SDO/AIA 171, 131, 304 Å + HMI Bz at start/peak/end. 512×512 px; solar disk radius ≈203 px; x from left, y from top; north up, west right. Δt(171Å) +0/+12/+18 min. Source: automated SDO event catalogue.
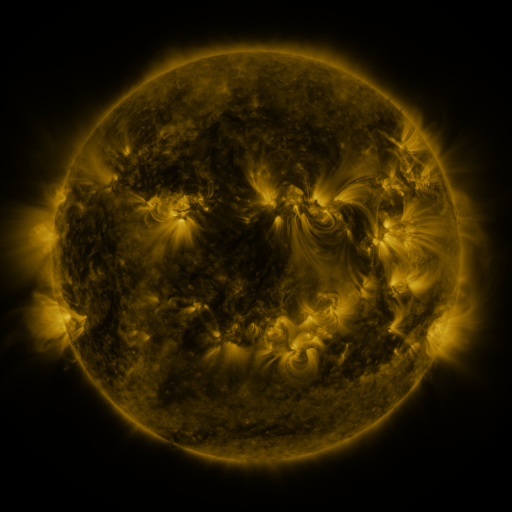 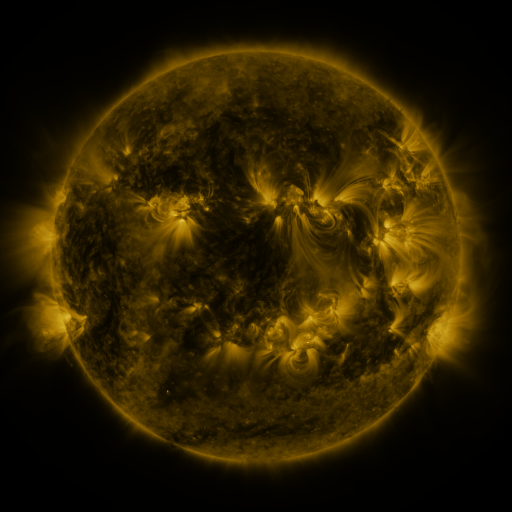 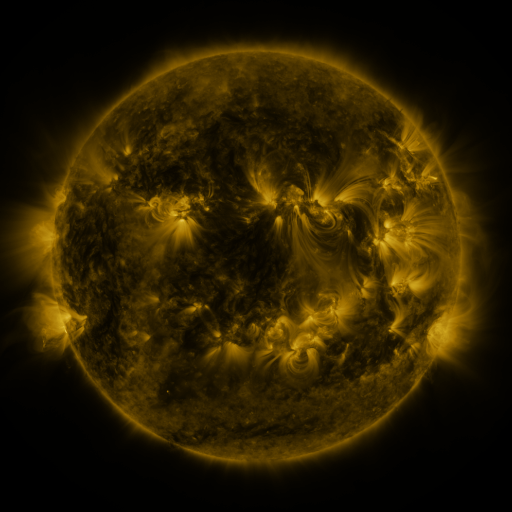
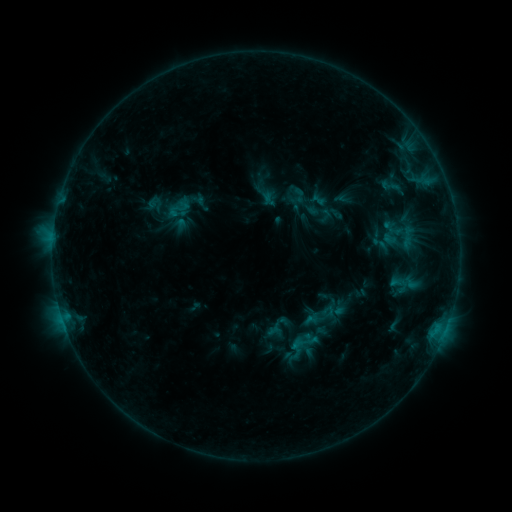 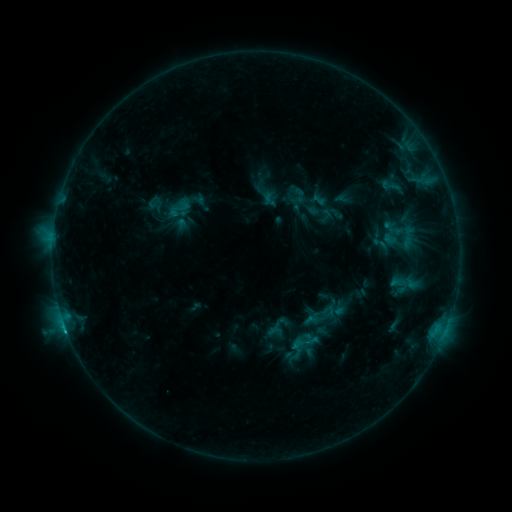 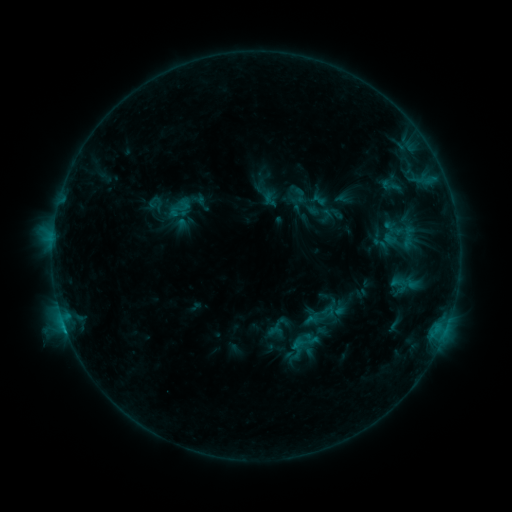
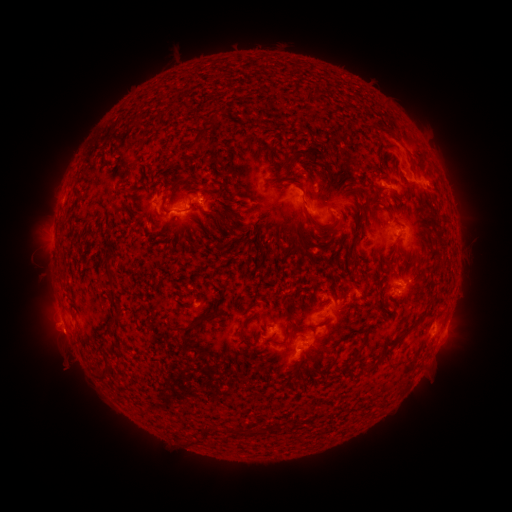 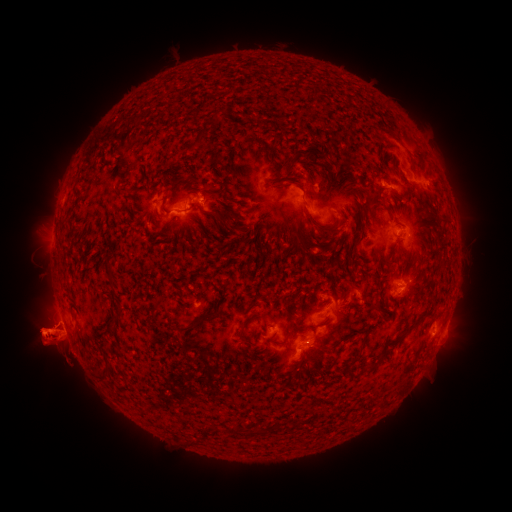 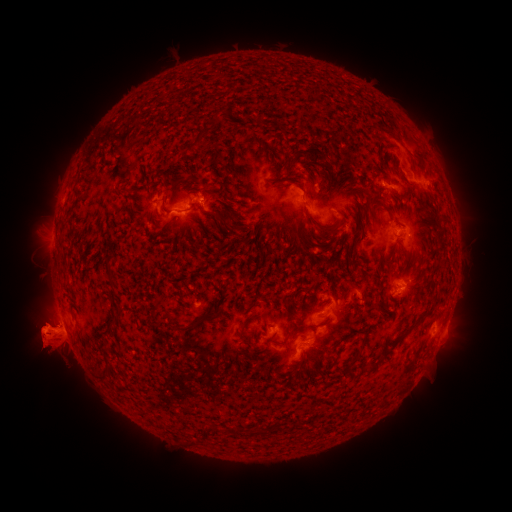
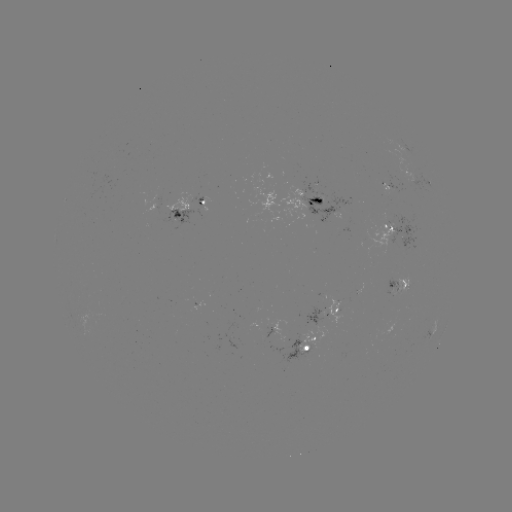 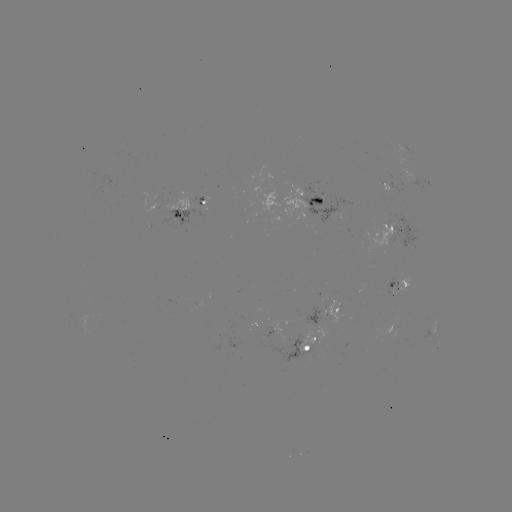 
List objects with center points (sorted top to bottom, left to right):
eruption: (122, 333)
